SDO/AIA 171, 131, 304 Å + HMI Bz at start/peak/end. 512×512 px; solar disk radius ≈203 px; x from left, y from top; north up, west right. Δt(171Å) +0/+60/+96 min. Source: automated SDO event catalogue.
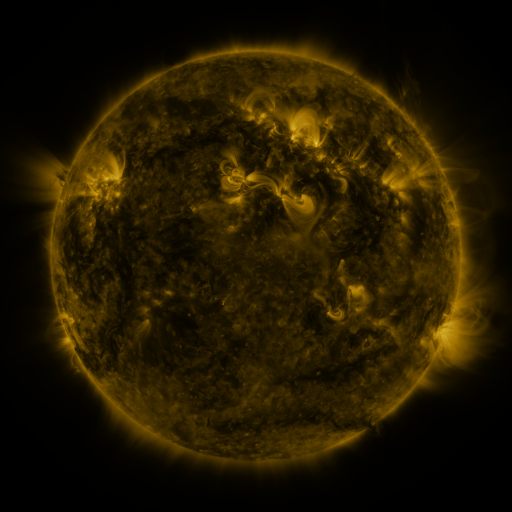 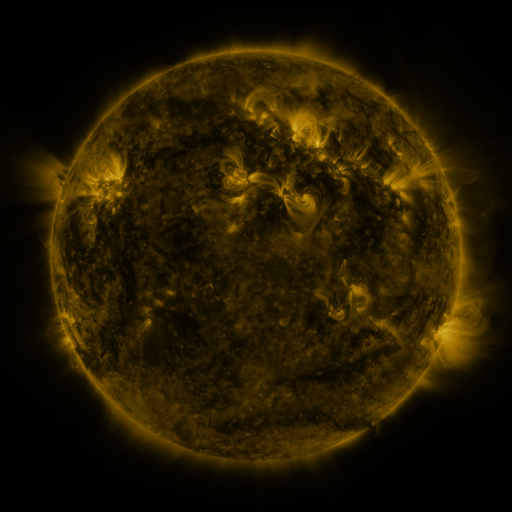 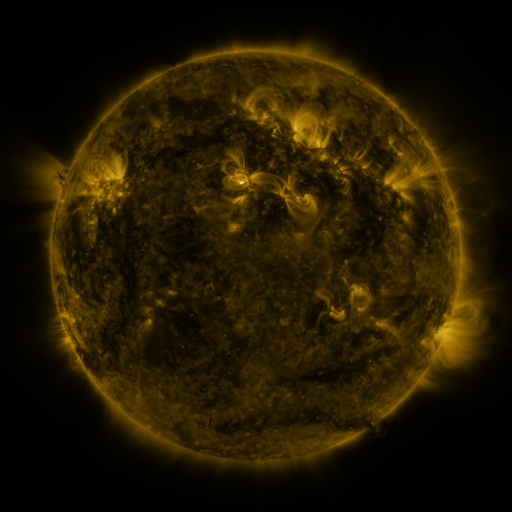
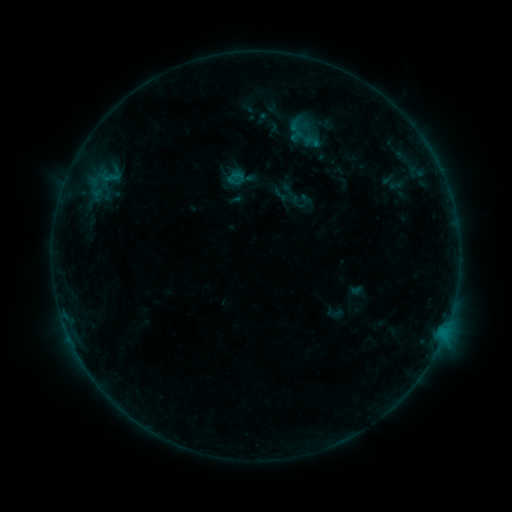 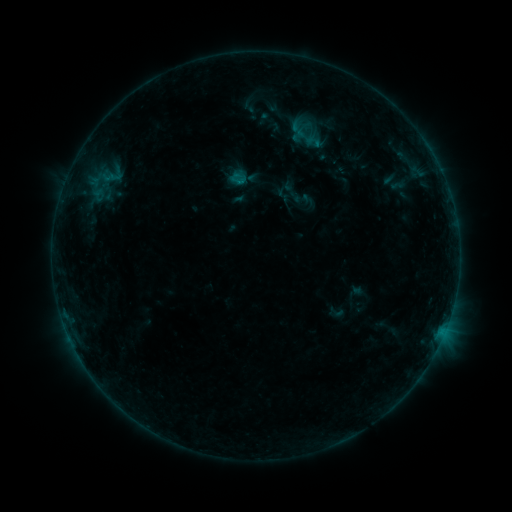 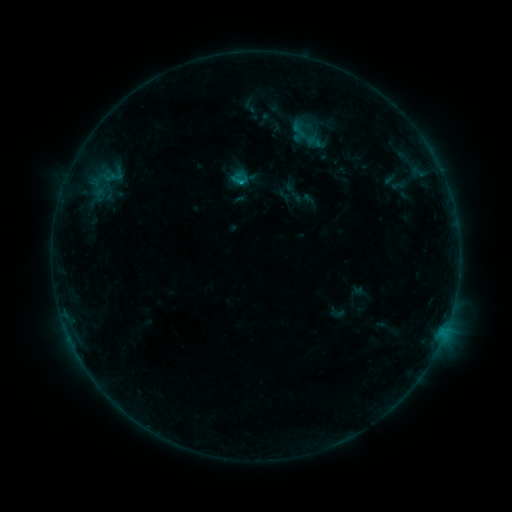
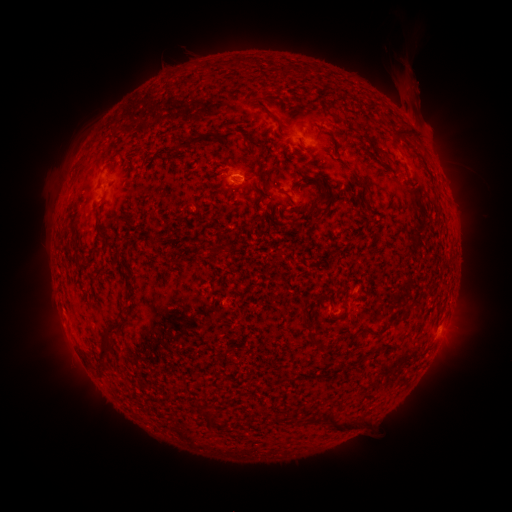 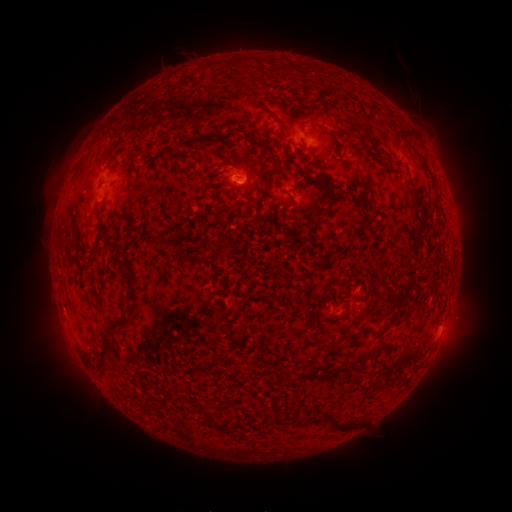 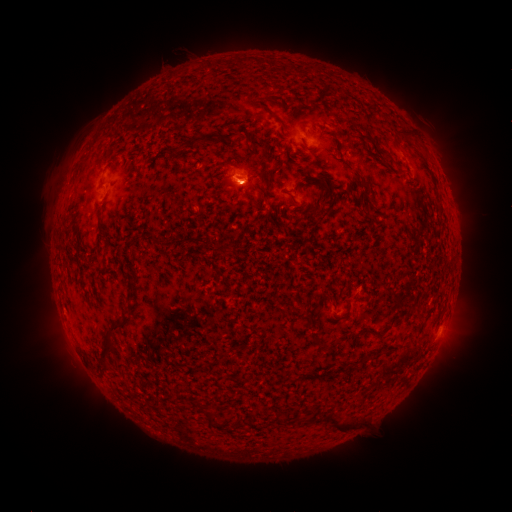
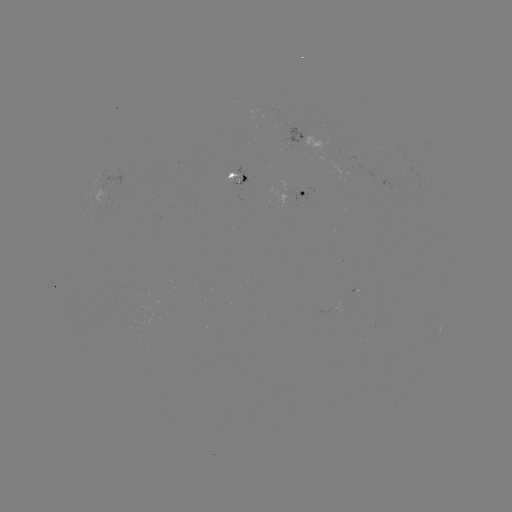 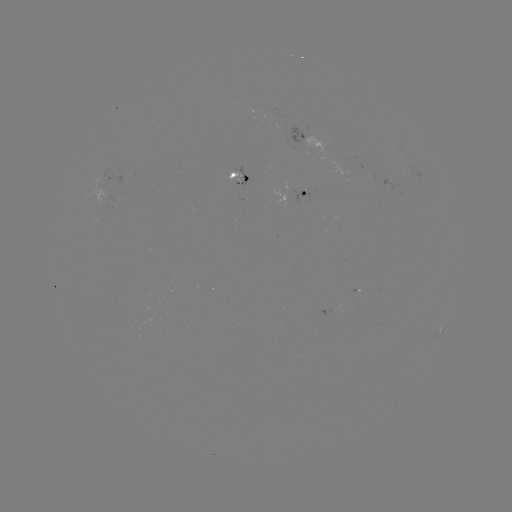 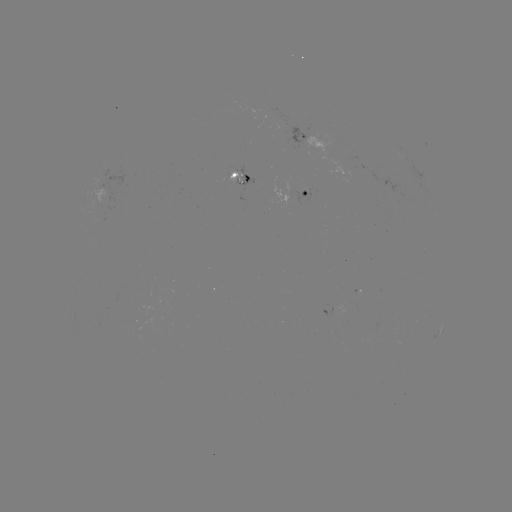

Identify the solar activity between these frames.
emerging-flux region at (102, 193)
